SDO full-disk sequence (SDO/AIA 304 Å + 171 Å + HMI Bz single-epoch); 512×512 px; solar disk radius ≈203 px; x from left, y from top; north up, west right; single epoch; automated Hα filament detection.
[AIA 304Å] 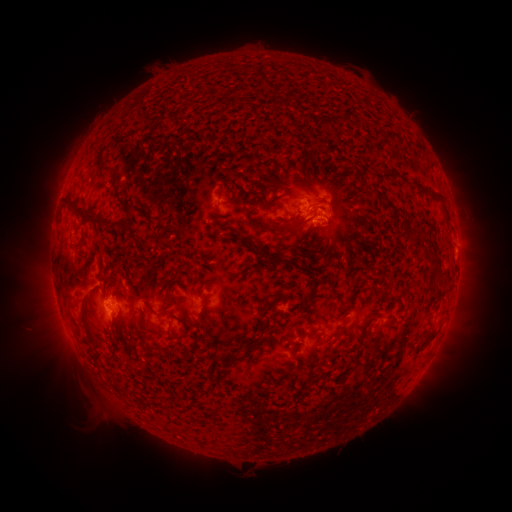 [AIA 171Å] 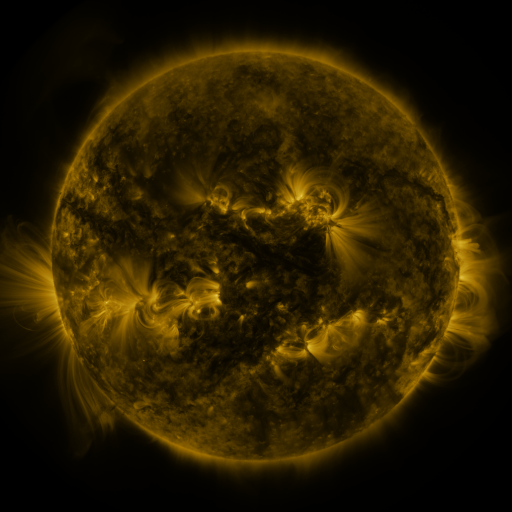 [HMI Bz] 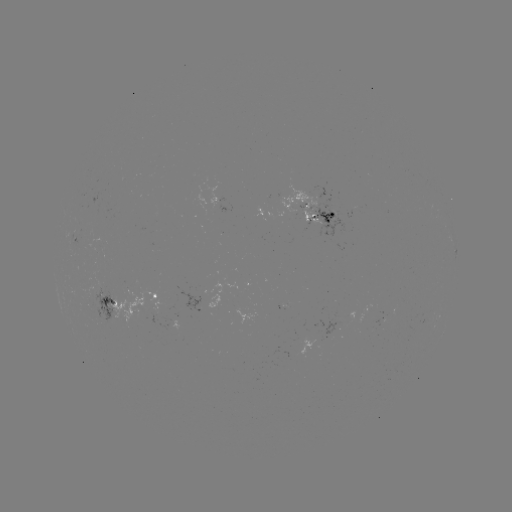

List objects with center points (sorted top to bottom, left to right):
filament: (260, 80)
filament: (96, 159)
filament: (114, 175)
filament: (372, 188)
filament: (118, 200)
filament: (442, 201)
filament: (191, 210)
filament: (397, 210)
filament: (76, 212)
filament: (144, 215)
filament: (117, 225)
filament: (260, 227)
filament: (289, 227)
filament: (416, 235)
filament: (251, 241)
filament: (77, 248)
filament: (287, 257)
filament: (367, 275)
filament: (324, 280)
filament: (201, 281)
filament: (150, 282)
filament: (305, 295)
filament: (270, 308)
filament: (169, 310)
filament: (345, 323)
filament: (89, 331)
filament: (186, 336)
filament: (359, 348)
filament: (250, 356)
